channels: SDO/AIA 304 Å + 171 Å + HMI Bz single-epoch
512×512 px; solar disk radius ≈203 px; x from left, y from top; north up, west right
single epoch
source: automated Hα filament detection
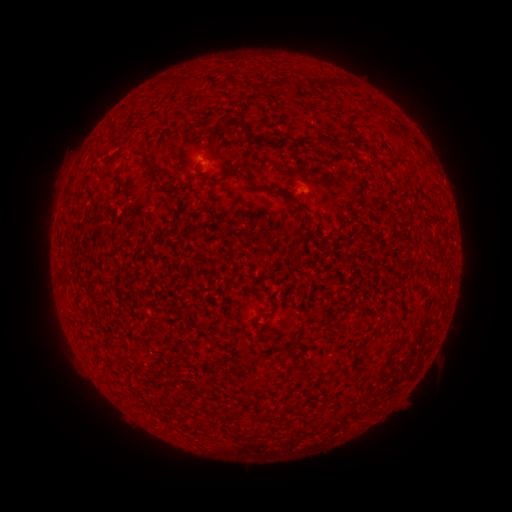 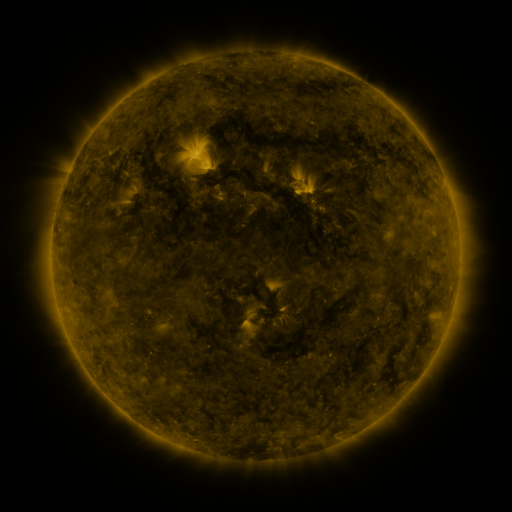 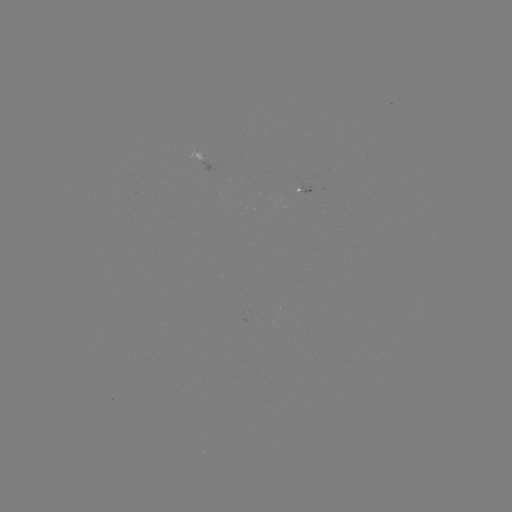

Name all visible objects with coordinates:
filament: <bbox>186, 77, 201, 87</bbox>
filament: <bbox>280, 137, 291, 146</bbox>
filament: <bbox>320, 138, 333, 146</bbox>
filament: <bbox>144, 151, 157, 170</bbox>
filament: <bbox>229, 168, 303, 210</bbox>
filament: <bbox>305, 324, 324, 333</bbox>
